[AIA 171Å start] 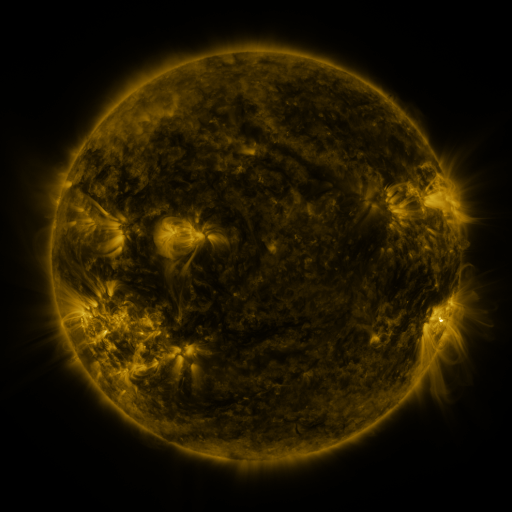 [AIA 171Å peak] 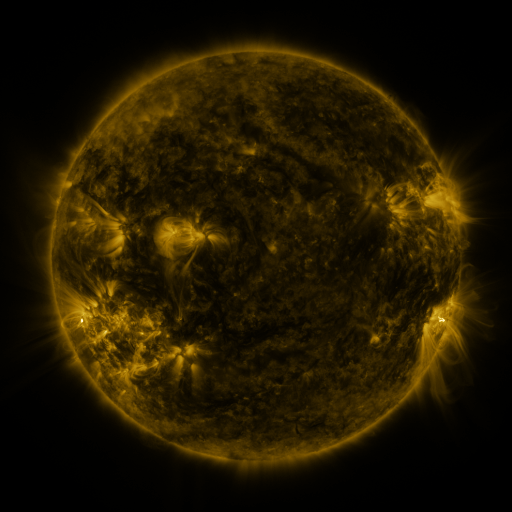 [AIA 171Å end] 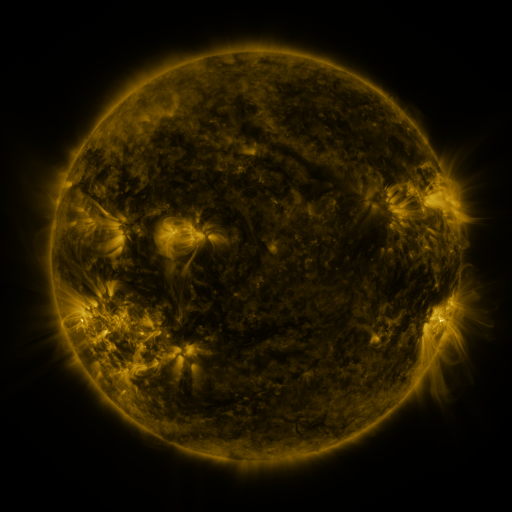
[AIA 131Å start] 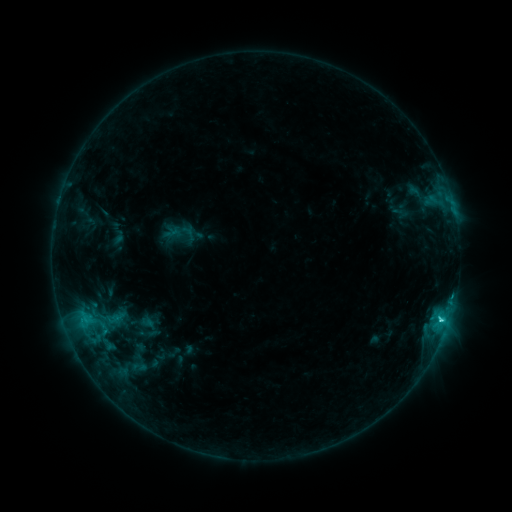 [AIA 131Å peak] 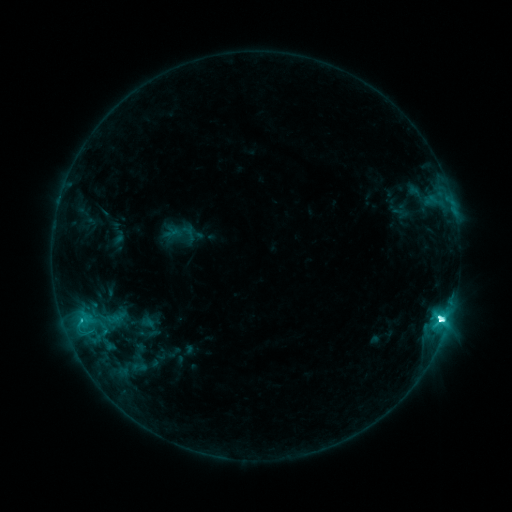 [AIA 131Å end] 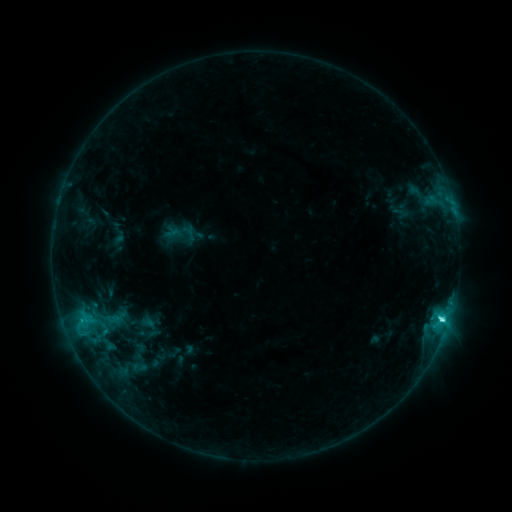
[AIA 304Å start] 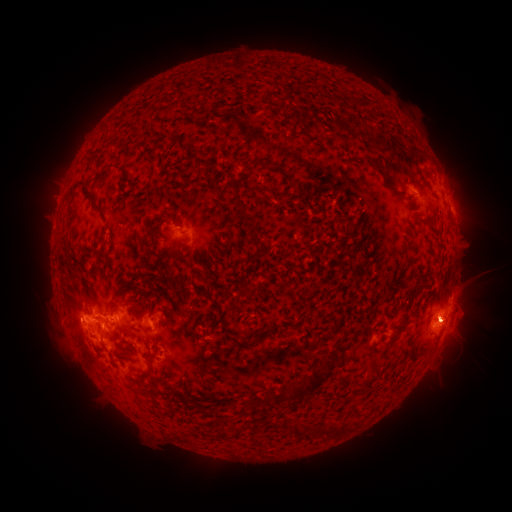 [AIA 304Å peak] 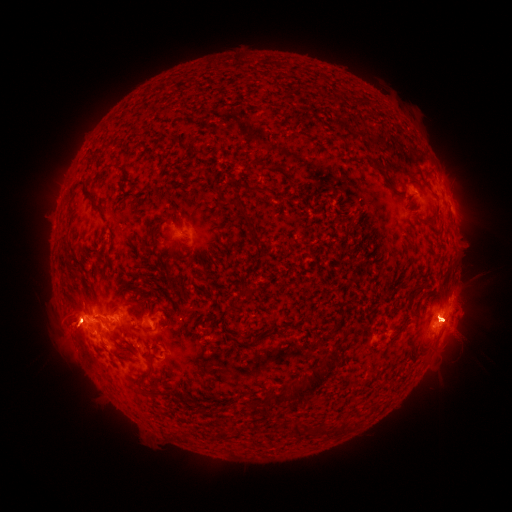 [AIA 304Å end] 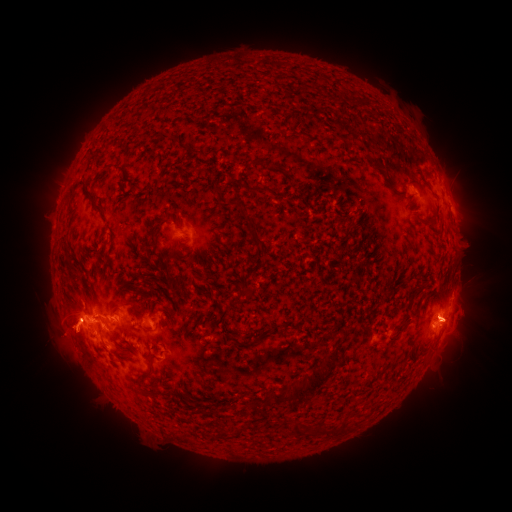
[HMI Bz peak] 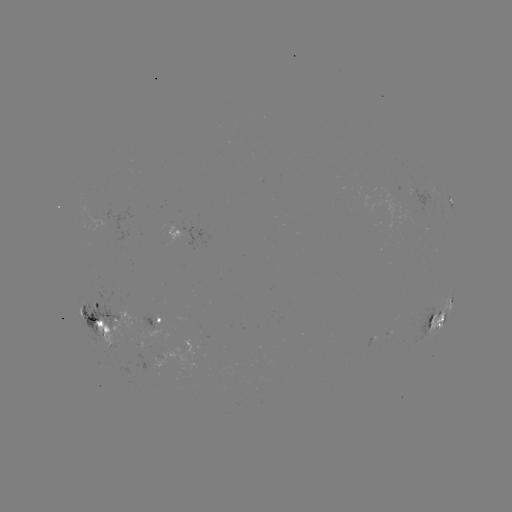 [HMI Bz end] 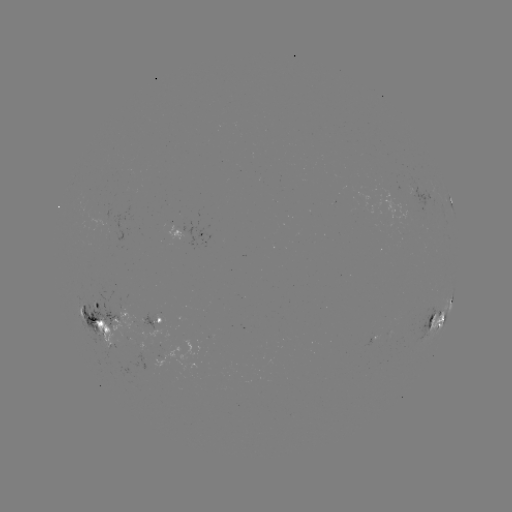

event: eruption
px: (448, 172)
